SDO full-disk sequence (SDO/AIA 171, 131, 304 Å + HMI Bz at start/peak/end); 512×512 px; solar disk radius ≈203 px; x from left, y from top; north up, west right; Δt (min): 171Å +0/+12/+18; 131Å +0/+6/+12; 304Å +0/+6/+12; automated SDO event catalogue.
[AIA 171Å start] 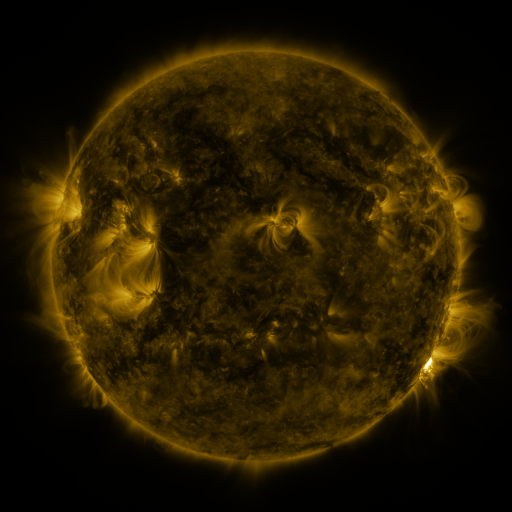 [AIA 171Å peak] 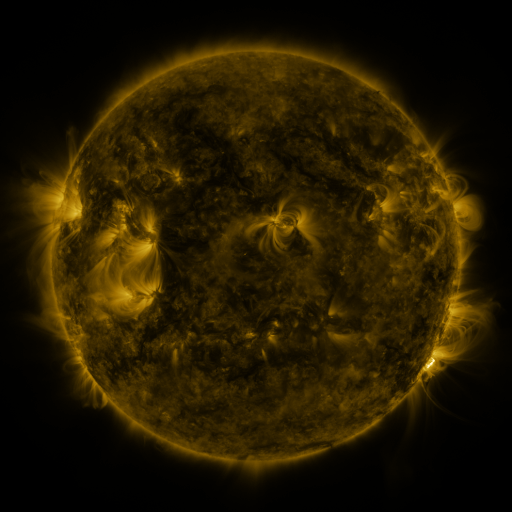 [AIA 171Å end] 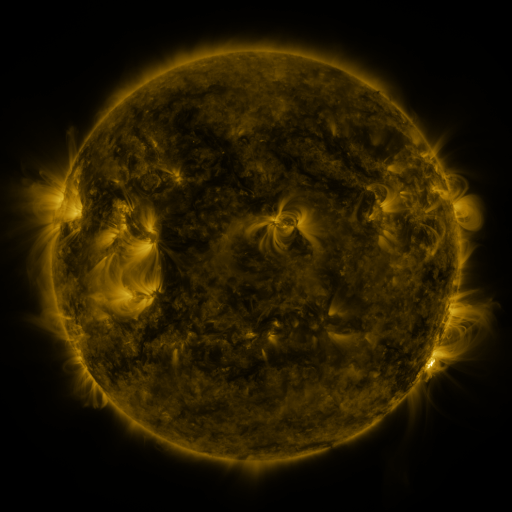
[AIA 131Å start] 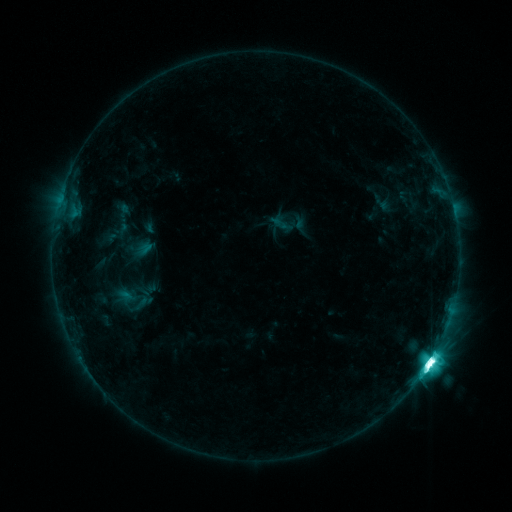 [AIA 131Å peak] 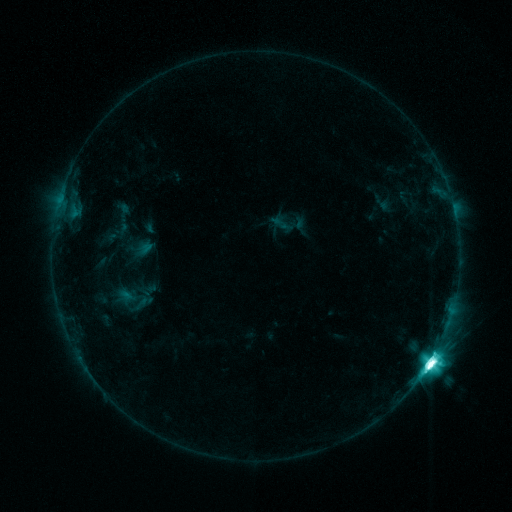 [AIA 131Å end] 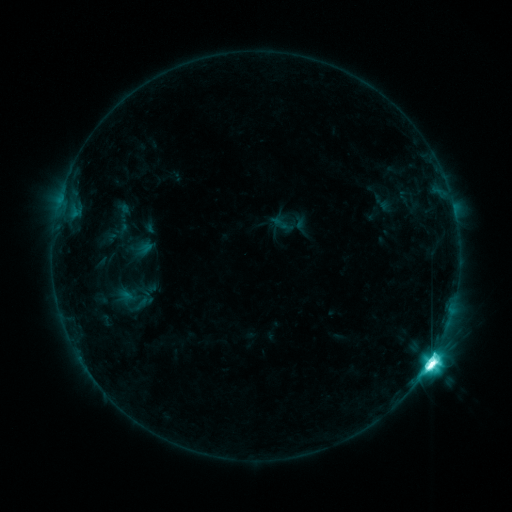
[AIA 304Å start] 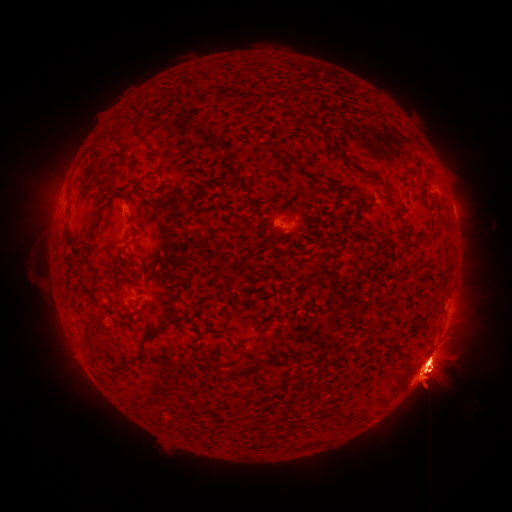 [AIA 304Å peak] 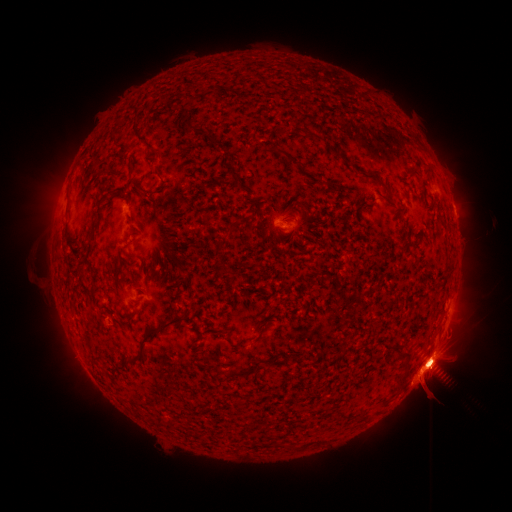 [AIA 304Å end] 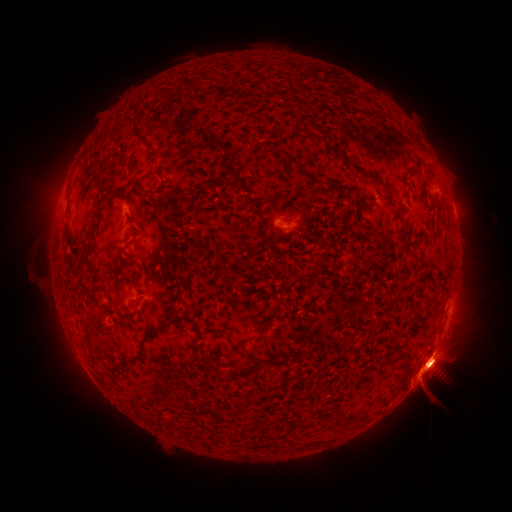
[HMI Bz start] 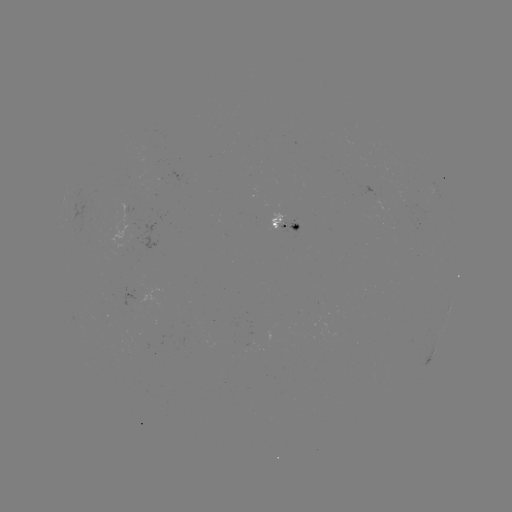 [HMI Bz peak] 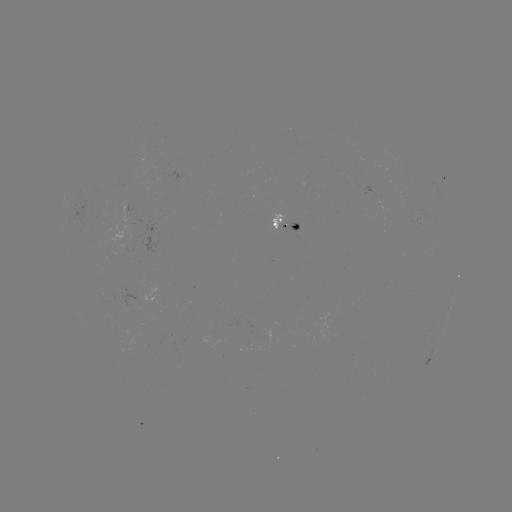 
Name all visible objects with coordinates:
eruption: (46, 198)
